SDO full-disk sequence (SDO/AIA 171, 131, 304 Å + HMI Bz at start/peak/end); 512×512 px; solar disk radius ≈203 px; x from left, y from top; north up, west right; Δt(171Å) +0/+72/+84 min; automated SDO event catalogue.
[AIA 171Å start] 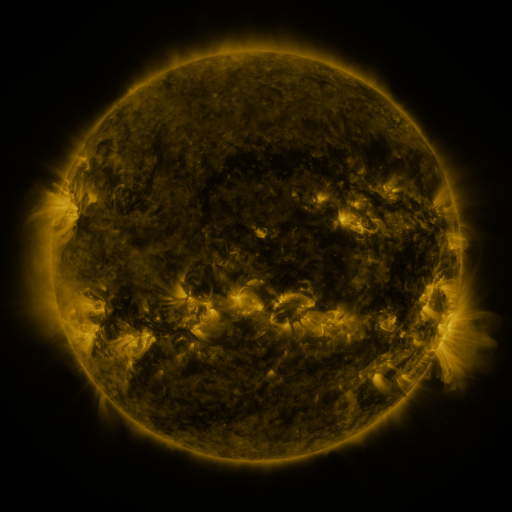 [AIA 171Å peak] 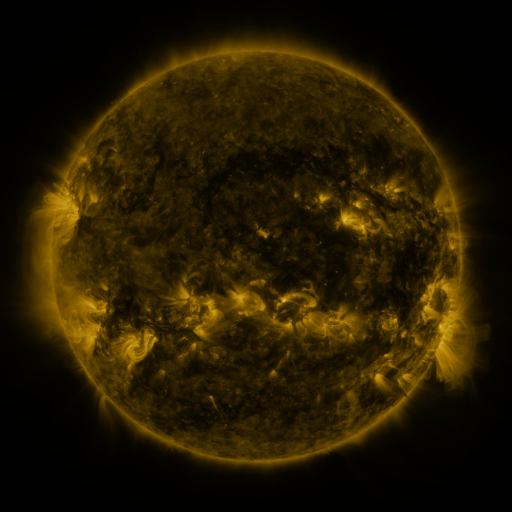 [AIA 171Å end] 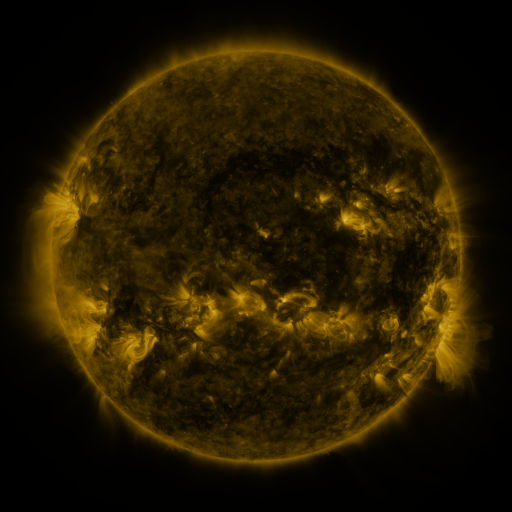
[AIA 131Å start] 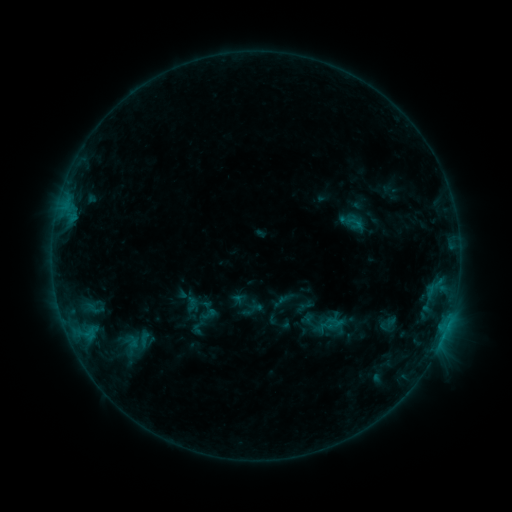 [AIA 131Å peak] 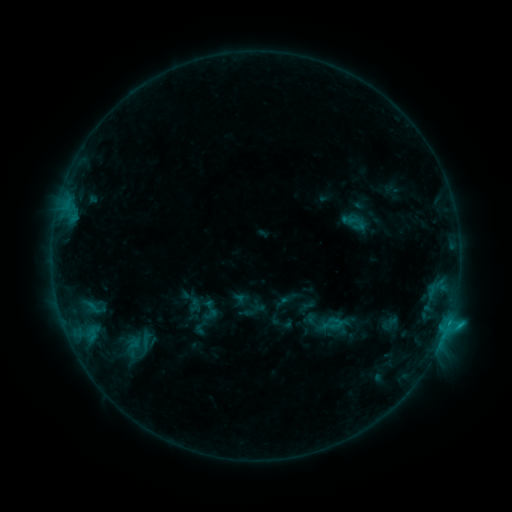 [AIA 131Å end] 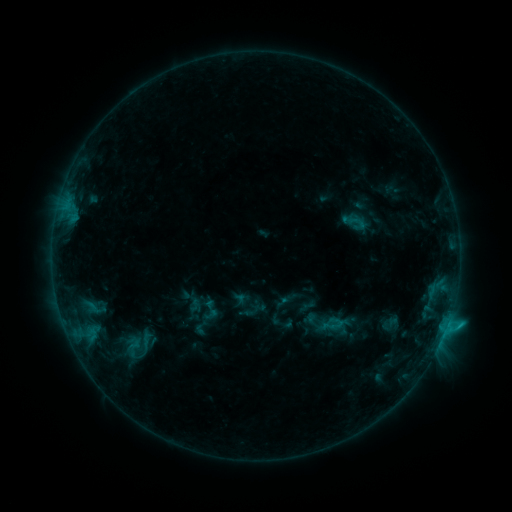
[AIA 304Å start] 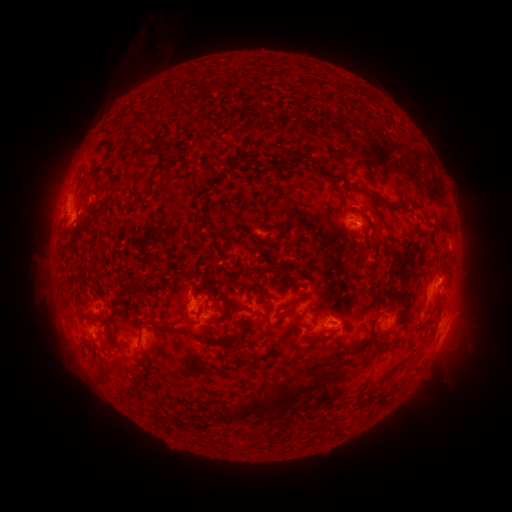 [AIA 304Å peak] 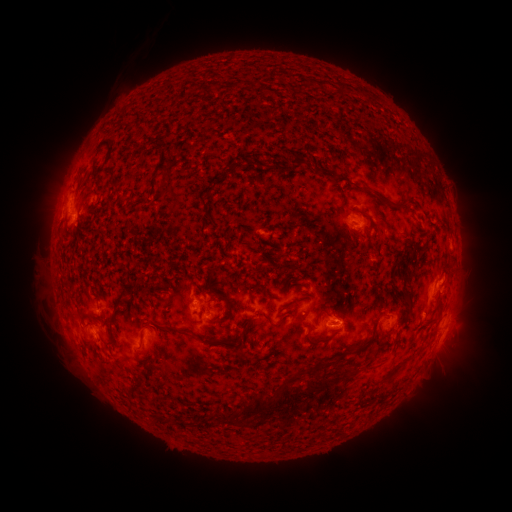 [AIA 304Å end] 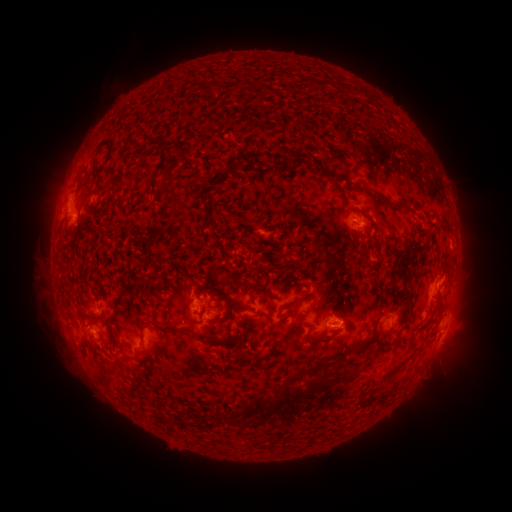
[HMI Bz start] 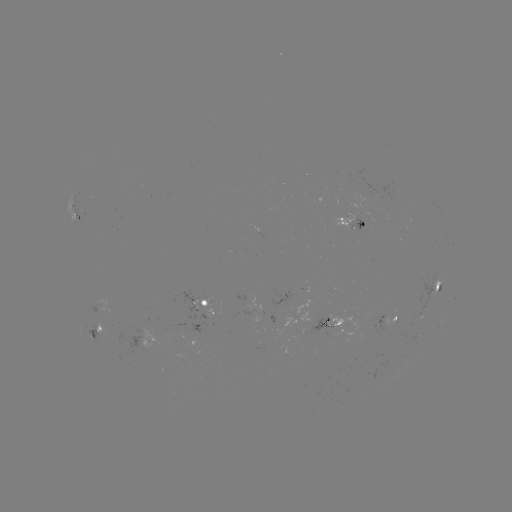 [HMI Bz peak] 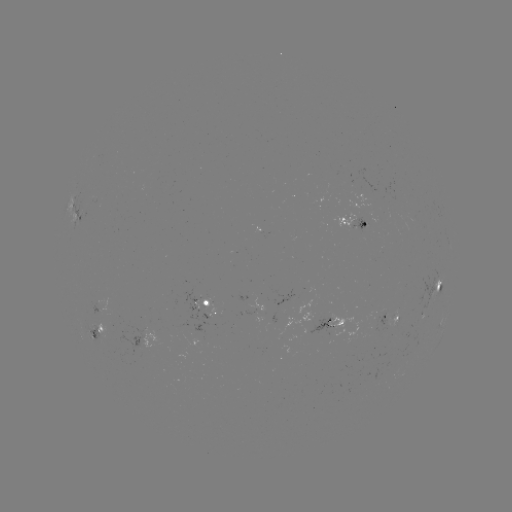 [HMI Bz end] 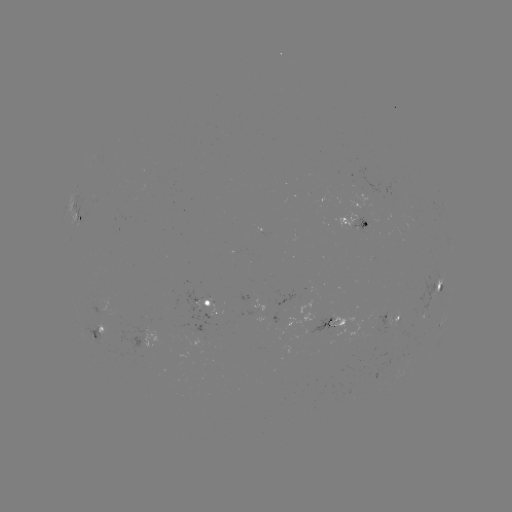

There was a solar emerging-flux region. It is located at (347, 218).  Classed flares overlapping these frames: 2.